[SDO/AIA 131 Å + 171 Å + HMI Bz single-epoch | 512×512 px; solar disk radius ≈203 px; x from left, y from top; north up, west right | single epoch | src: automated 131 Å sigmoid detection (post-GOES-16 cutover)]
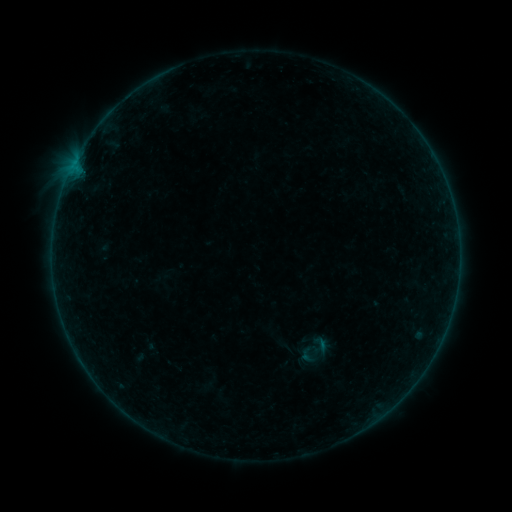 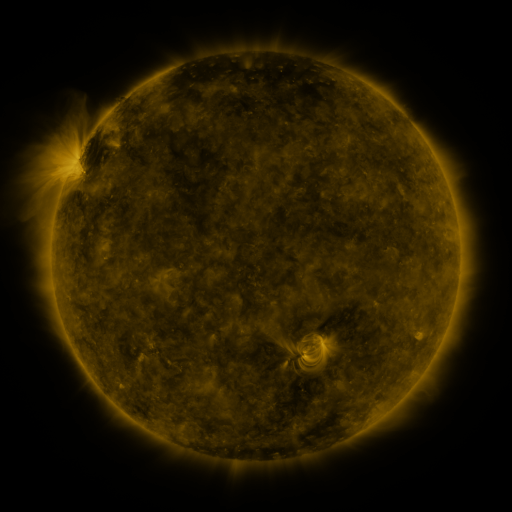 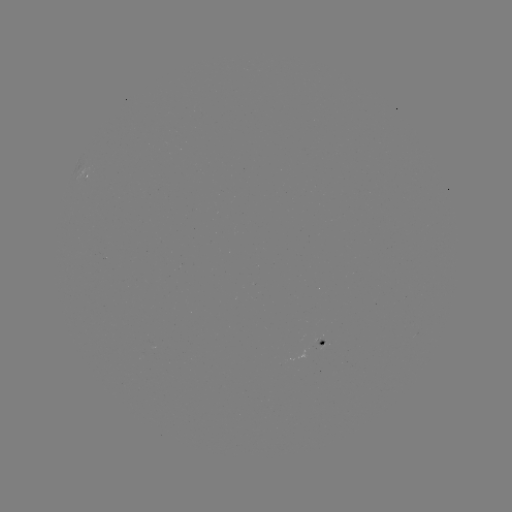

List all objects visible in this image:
sigmoid: (311, 334, 331, 354)
sigmoid: (298, 345, 318, 365)
